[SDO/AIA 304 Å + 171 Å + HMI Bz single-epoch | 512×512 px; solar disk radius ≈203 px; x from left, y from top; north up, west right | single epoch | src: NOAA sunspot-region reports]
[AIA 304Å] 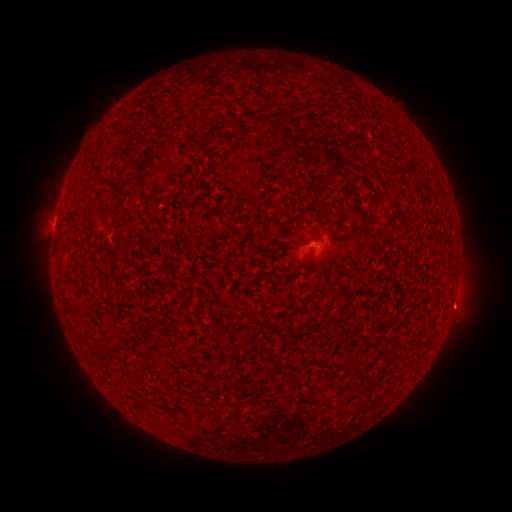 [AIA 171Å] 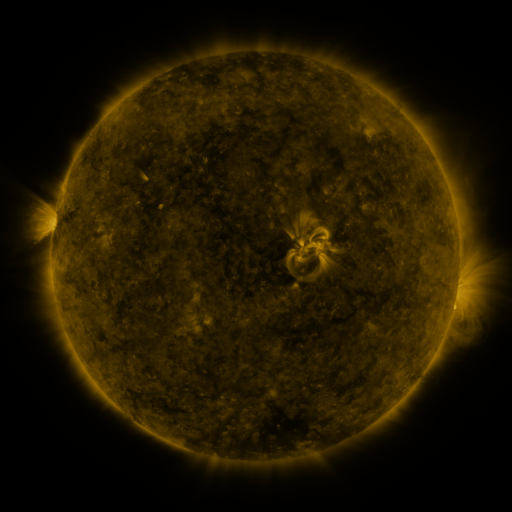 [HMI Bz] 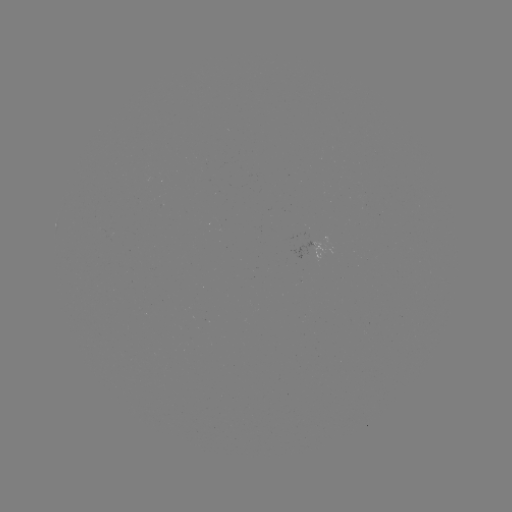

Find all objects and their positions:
(none)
